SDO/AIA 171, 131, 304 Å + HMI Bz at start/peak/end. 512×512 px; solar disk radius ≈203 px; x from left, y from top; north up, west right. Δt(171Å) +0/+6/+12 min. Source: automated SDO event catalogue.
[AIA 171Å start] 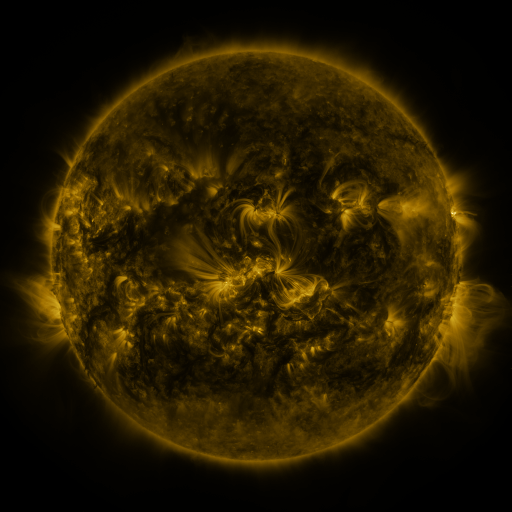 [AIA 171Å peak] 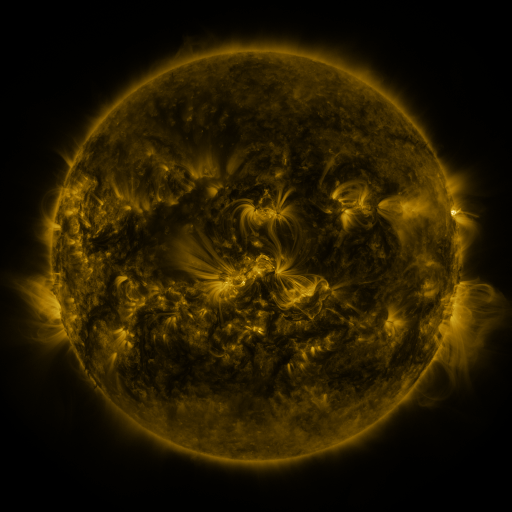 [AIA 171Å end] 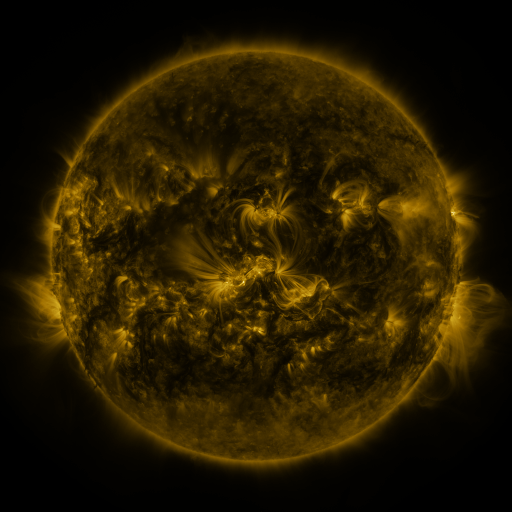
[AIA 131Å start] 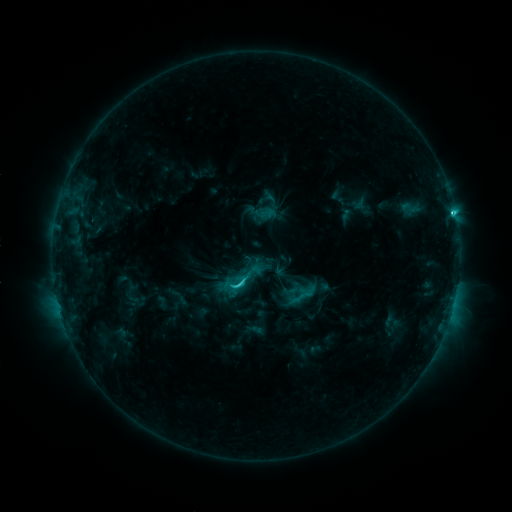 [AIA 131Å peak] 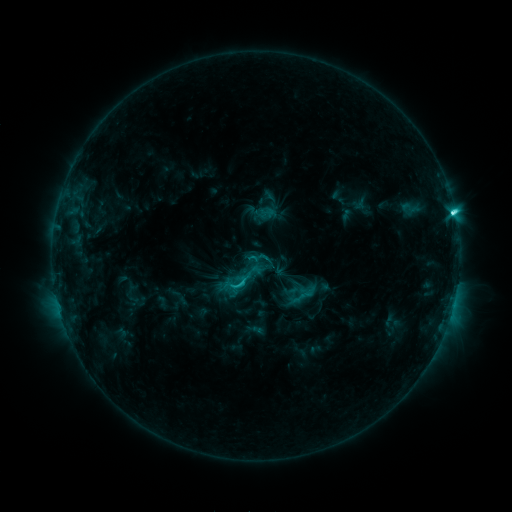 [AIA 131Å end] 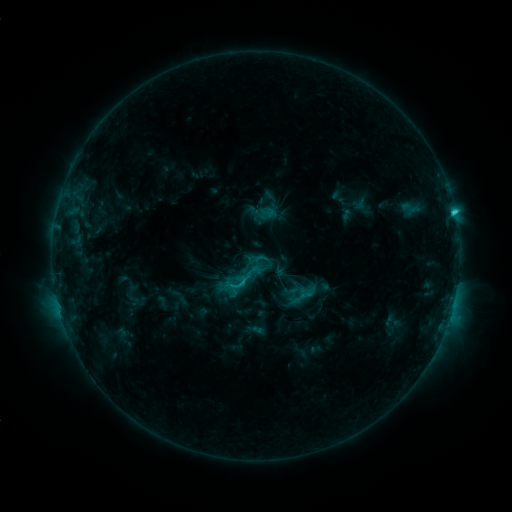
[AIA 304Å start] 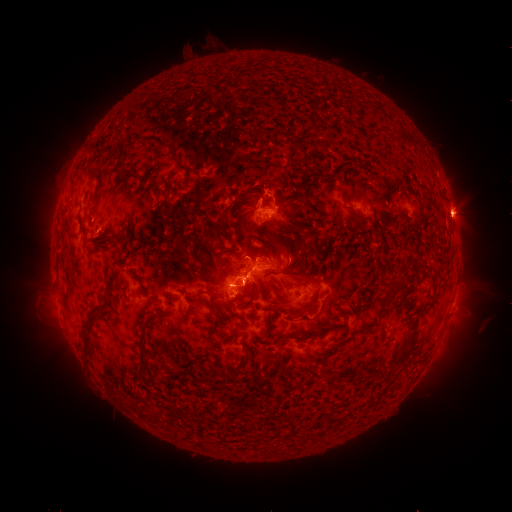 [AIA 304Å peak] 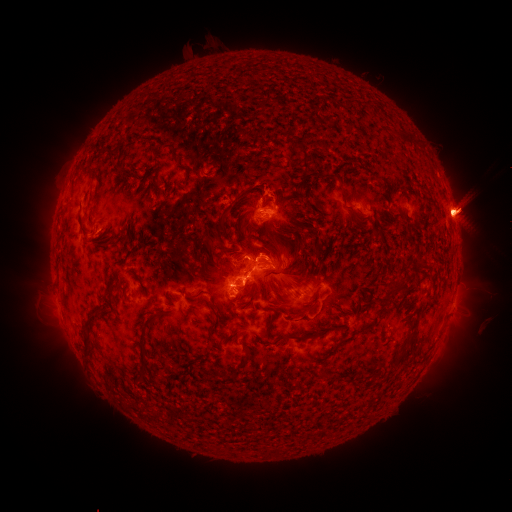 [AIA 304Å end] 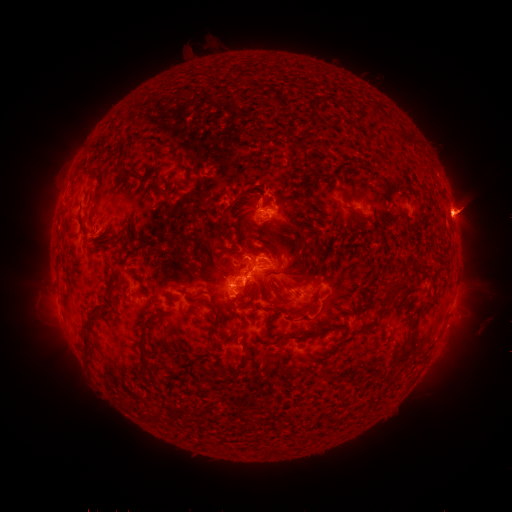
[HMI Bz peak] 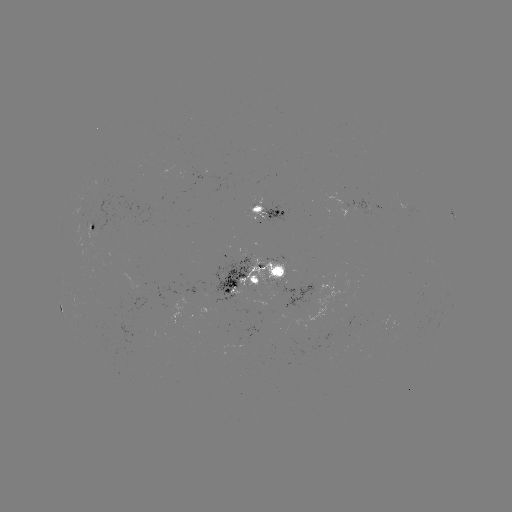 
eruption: <bbox>22, 293, 83, 364</bbox>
